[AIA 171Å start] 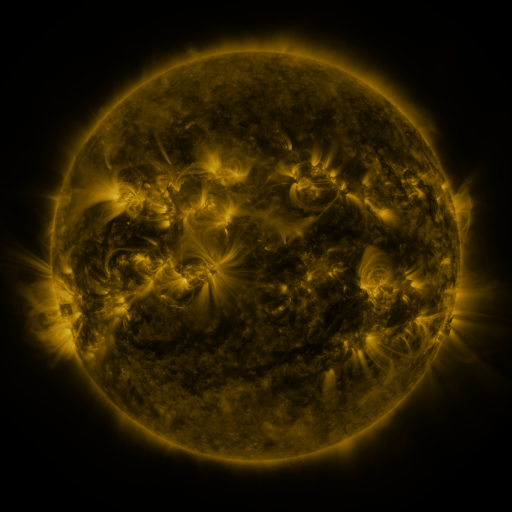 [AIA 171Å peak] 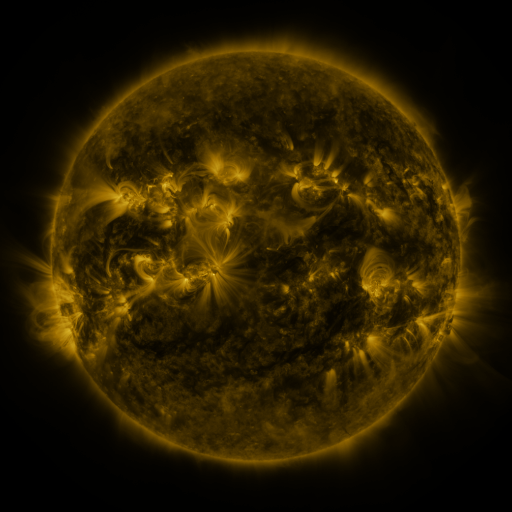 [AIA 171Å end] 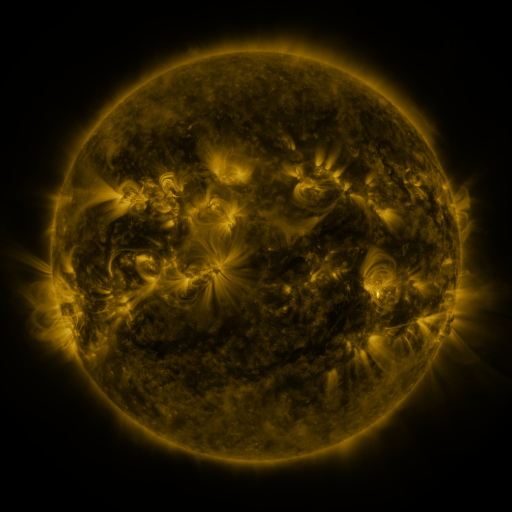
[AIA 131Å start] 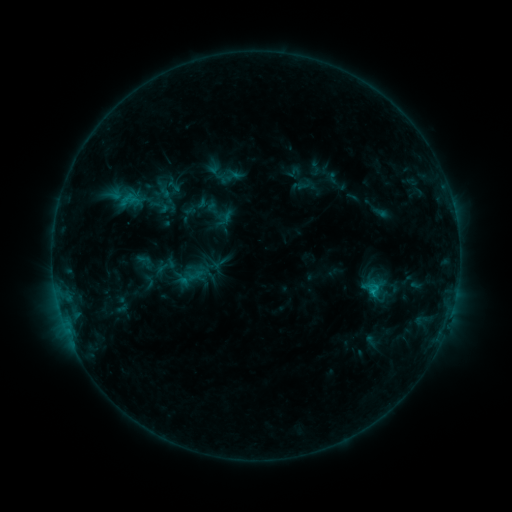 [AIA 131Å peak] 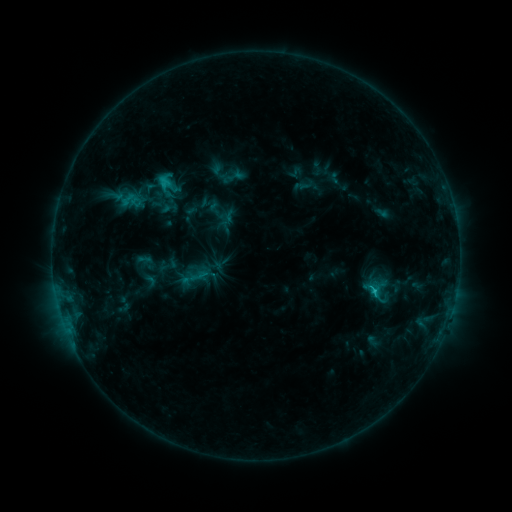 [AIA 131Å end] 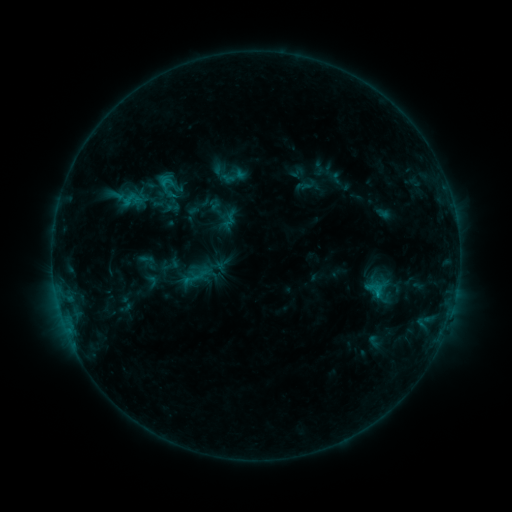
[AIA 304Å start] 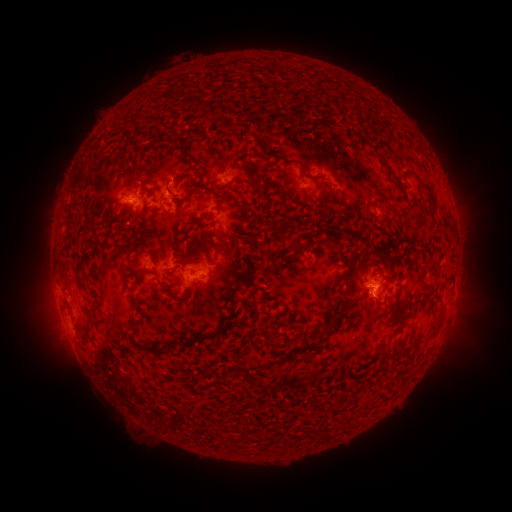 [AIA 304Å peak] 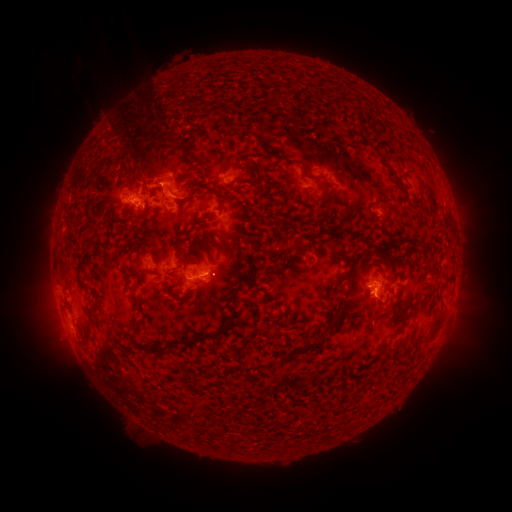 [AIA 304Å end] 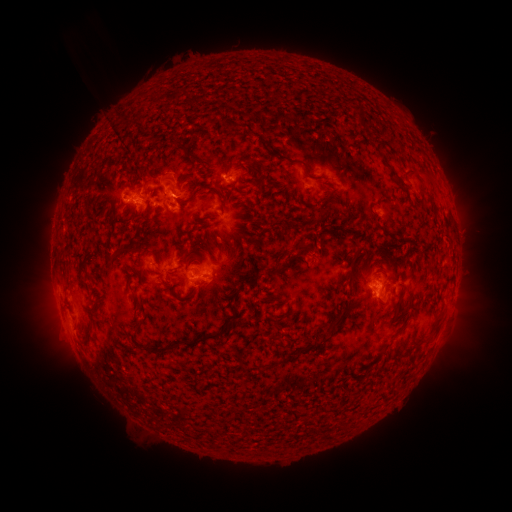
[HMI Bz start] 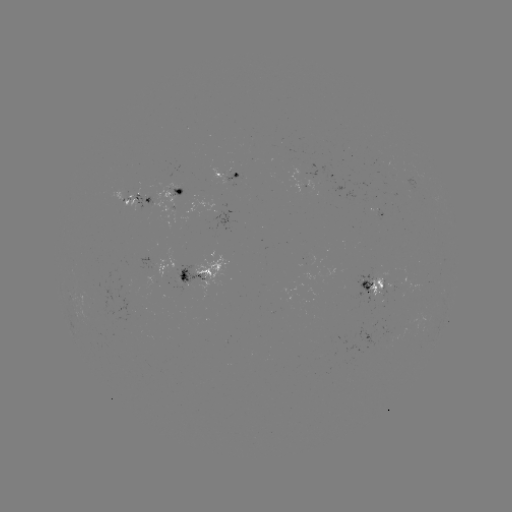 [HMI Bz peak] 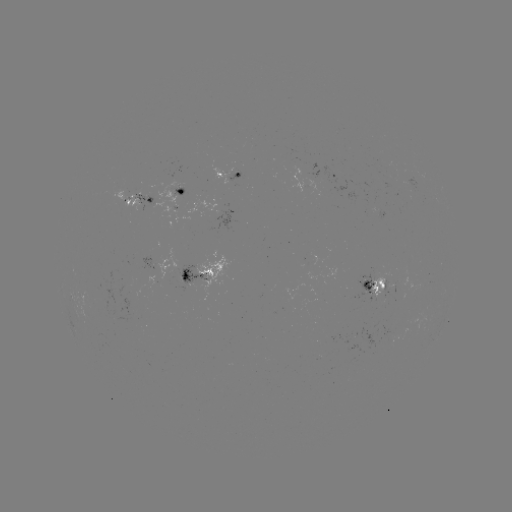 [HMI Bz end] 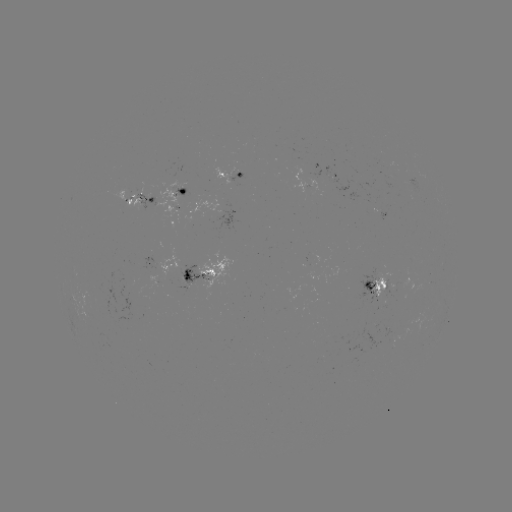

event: filament eruption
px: (146, 157)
